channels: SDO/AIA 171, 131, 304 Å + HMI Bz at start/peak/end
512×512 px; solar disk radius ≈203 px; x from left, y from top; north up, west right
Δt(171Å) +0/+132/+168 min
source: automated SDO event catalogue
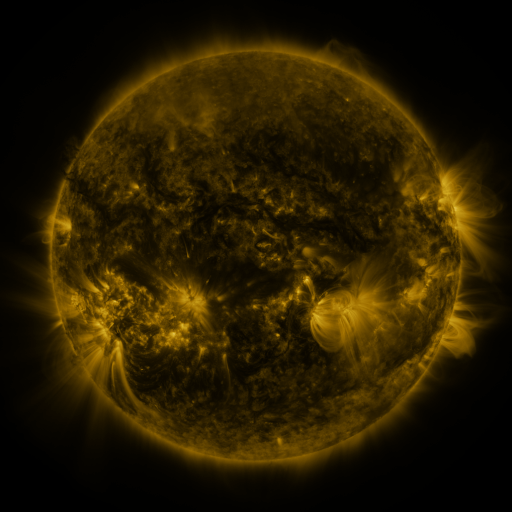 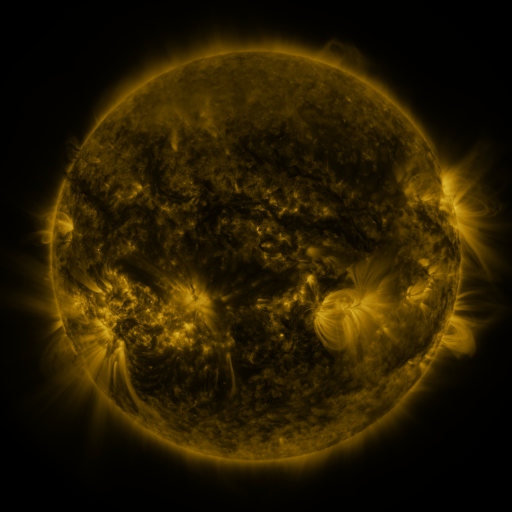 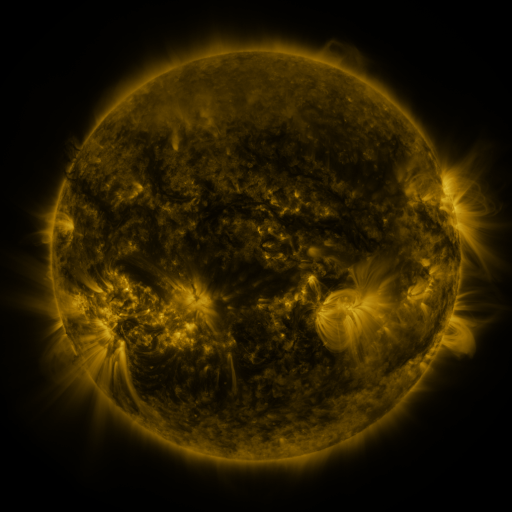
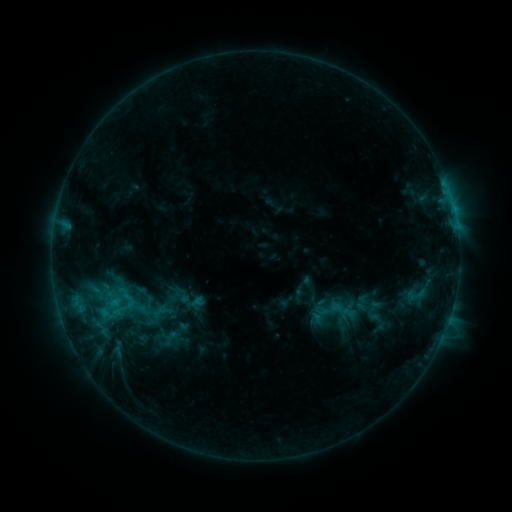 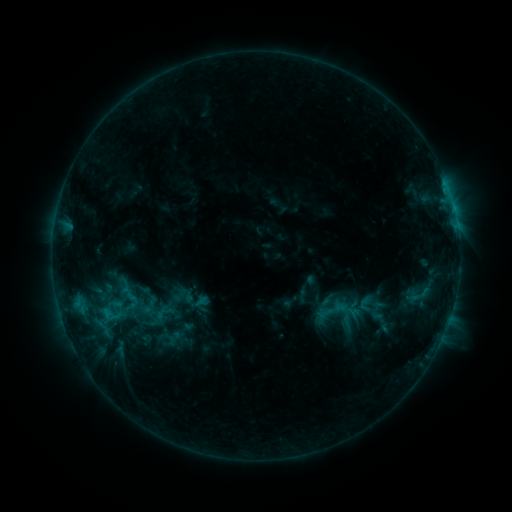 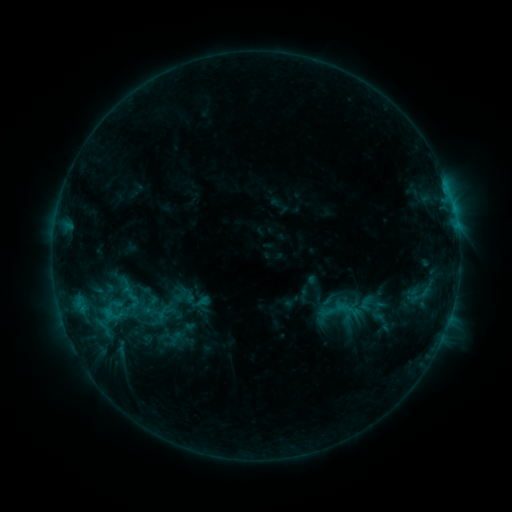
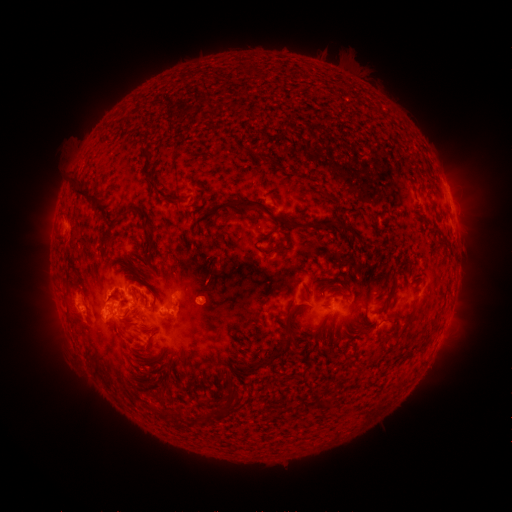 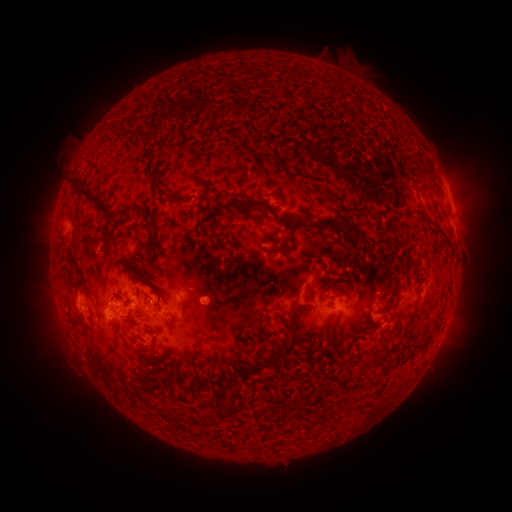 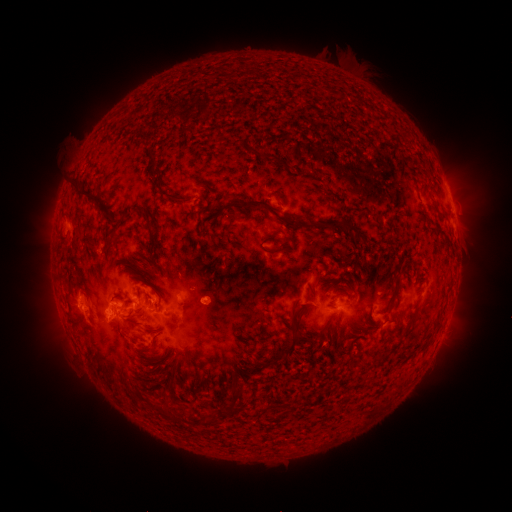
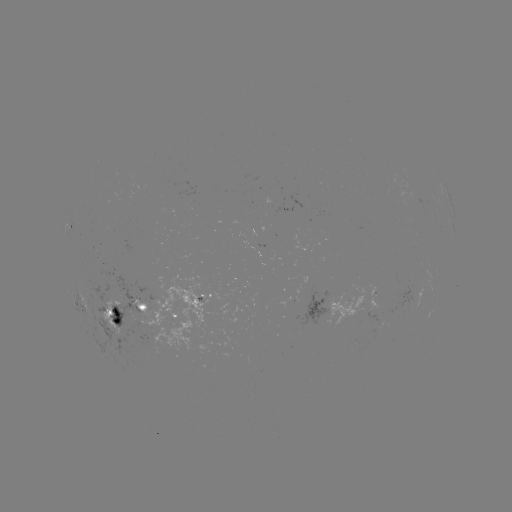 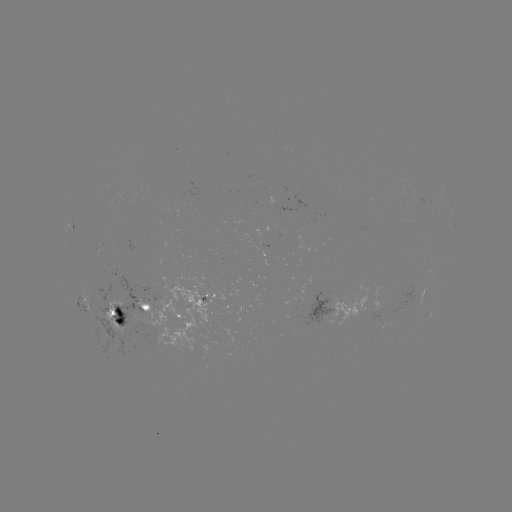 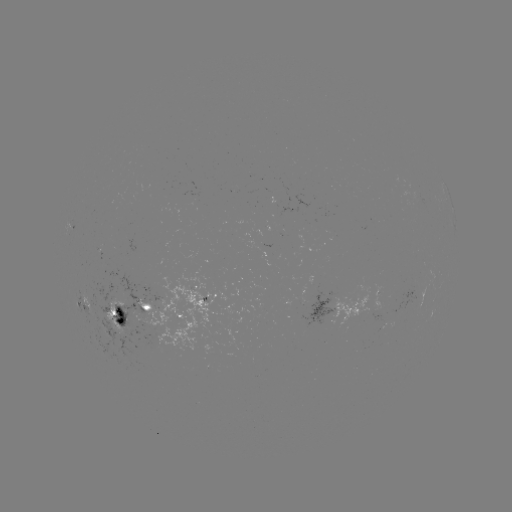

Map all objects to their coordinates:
emerging-flux region: (327, 293)
